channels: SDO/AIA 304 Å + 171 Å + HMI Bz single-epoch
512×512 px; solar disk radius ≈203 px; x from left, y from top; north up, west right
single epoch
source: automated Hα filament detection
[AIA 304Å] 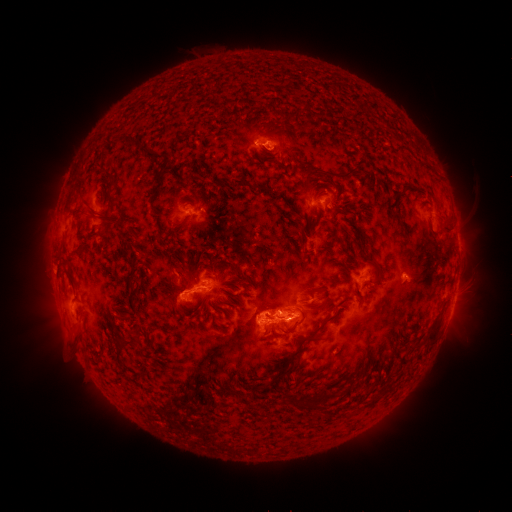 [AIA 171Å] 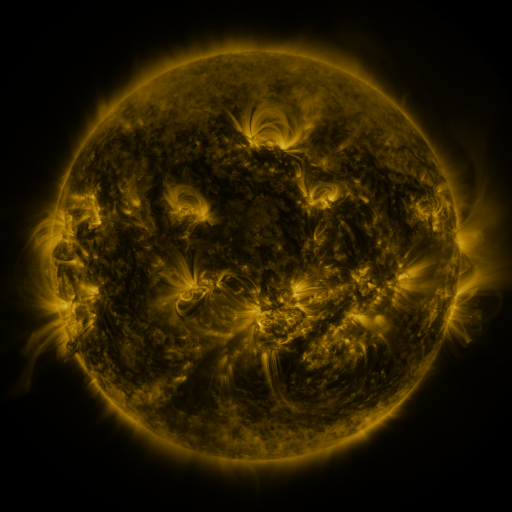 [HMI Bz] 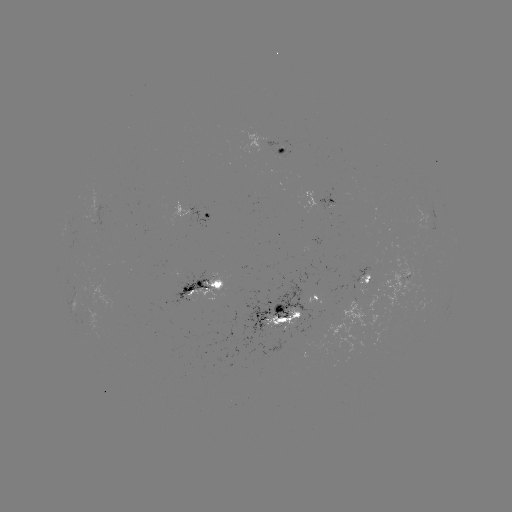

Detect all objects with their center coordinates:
filament: (135, 143, 162, 160)
filament: (306, 169, 352, 182)
filament: (104, 170, 115, 184)
filament: (233, 180, 243, 190)
filament: (254, 184, 272, 195)
filament: (97, 214, 111, 228)
filament: (173, 222, 184, 229)
filament: (441, 223, 453, 237)
filament: (298, 228, 306, 249)
filament: (68, 245, 82, 256)
filament: (356, 254, 377, 269)
filament: (220, 260, 232, 267)
filament: (66, 270, 75, 287)
filament: (180, 283, 193, 292)
filament: (319, 289, 330, 307)
filament: (353, 290, 362, 302)
filament: (270, 303, 283, 314)
filament: (281, 312, 305, 336)
filament: (120, 313, 130, 321)
filament: (288, 314, 335, 359)
filament: (266, 316, 285, 326)
filament: (425, 323, 440, 347)
filament: (113, 335, 133, 348)
filament: (93, 350, 102, 362)
filament: (288, 396, 315, 409)
